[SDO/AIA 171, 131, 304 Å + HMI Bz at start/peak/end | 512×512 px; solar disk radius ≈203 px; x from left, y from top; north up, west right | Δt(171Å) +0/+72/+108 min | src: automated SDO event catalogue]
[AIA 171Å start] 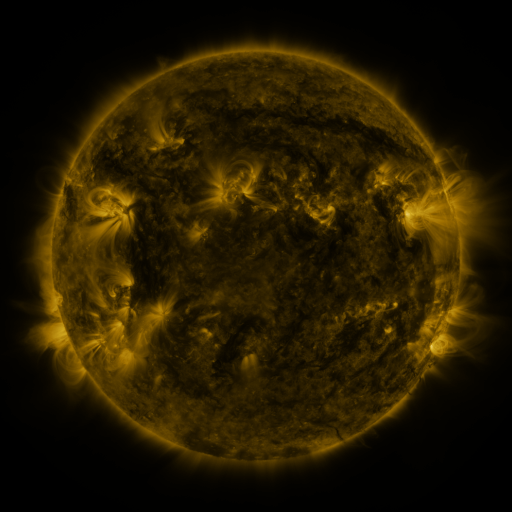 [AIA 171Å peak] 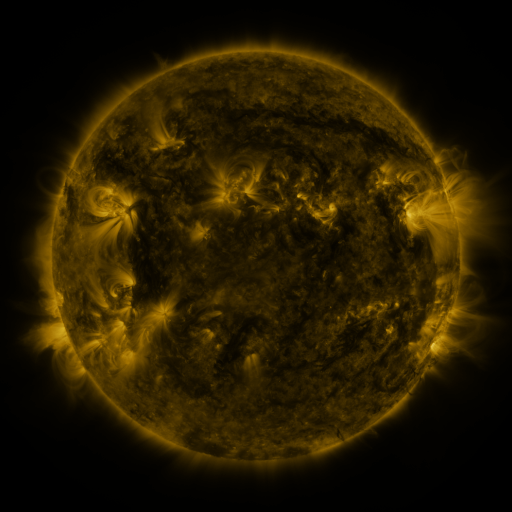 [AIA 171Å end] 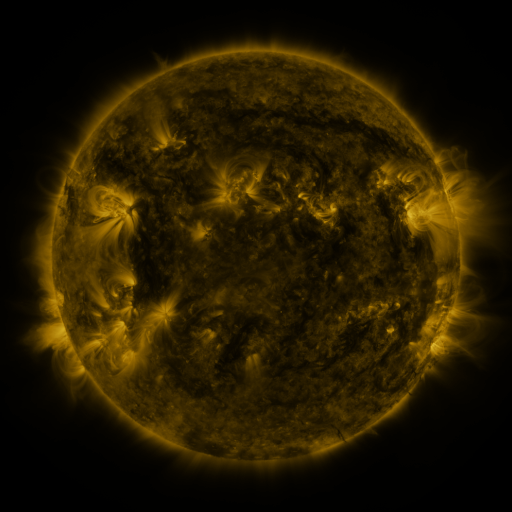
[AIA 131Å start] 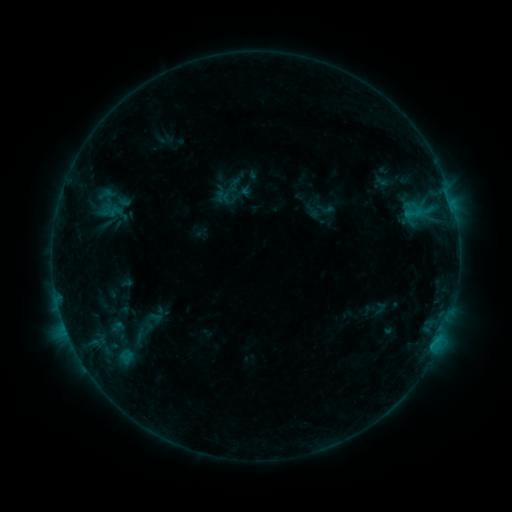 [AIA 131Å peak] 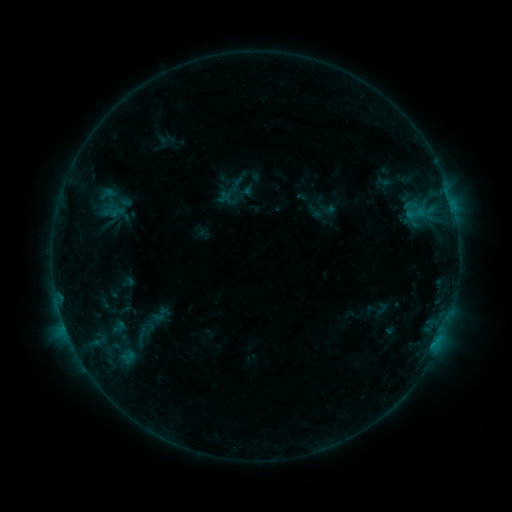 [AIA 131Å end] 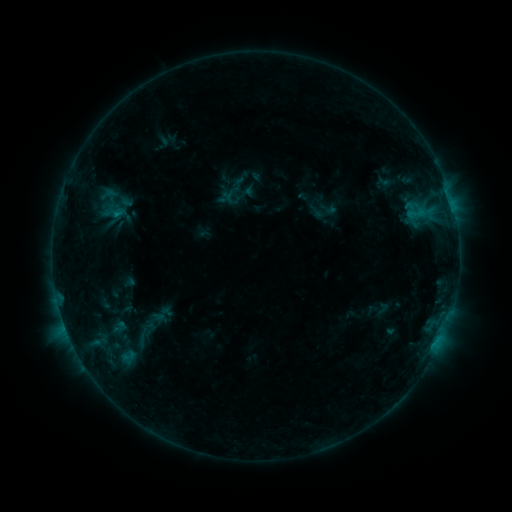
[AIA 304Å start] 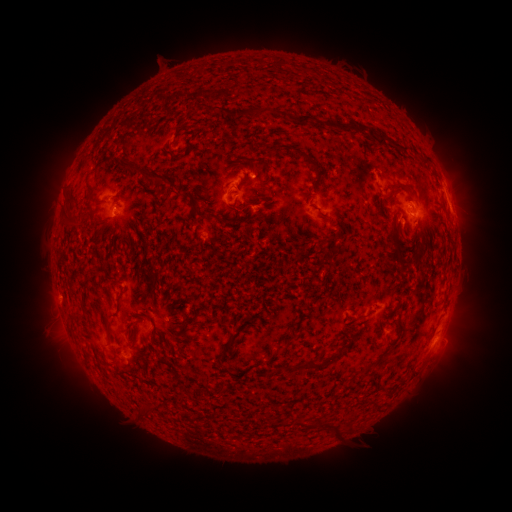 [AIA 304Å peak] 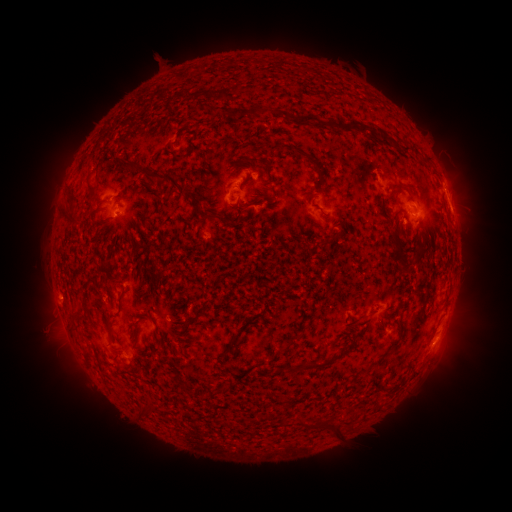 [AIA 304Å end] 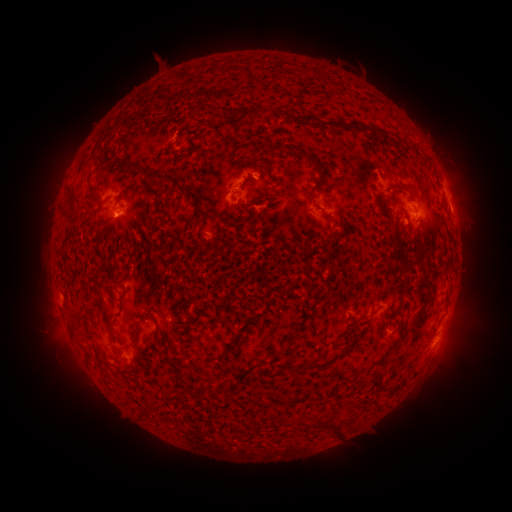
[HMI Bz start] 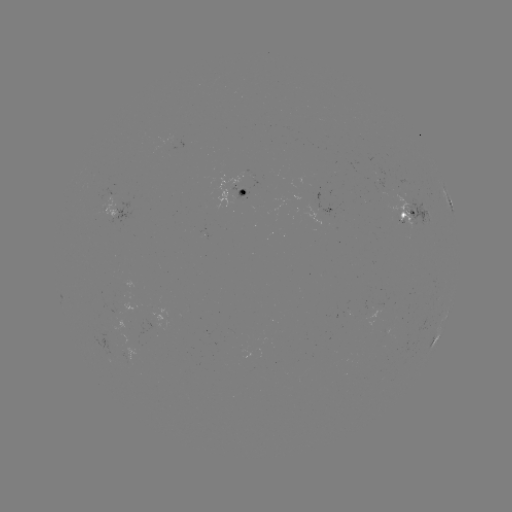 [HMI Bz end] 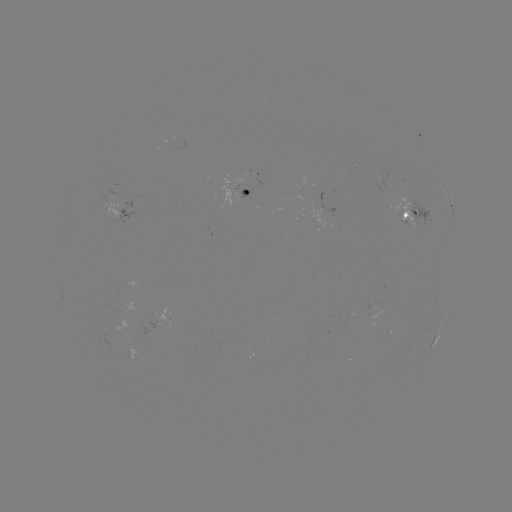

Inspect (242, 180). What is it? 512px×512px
emerging-flux region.